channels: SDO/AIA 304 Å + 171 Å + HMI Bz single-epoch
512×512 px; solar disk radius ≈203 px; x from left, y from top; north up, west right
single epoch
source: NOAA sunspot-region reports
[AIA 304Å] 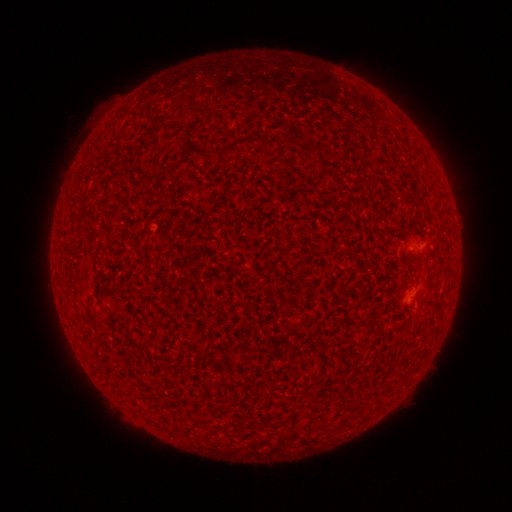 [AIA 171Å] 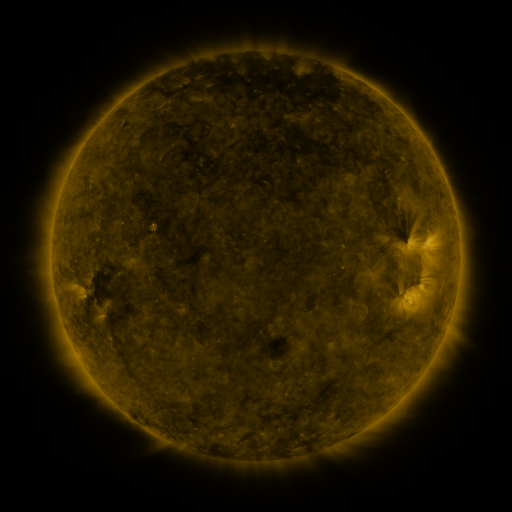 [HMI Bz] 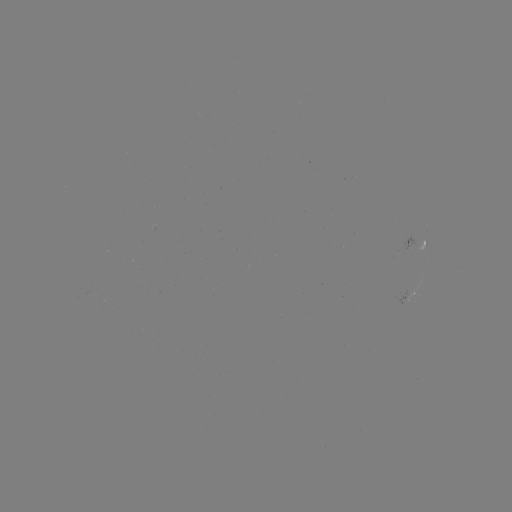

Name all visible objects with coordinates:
spotted active region: (421, 242)
spotted active region: (417, 292)
